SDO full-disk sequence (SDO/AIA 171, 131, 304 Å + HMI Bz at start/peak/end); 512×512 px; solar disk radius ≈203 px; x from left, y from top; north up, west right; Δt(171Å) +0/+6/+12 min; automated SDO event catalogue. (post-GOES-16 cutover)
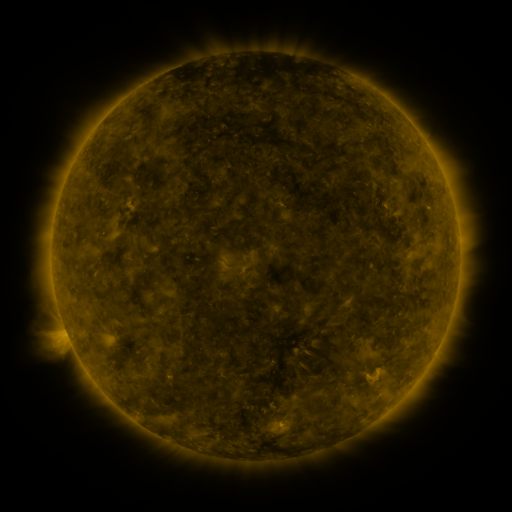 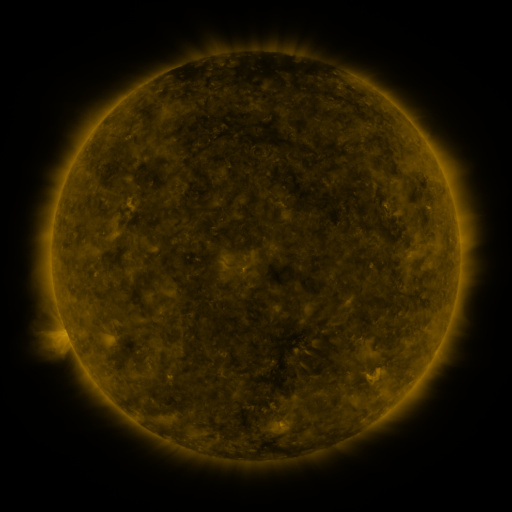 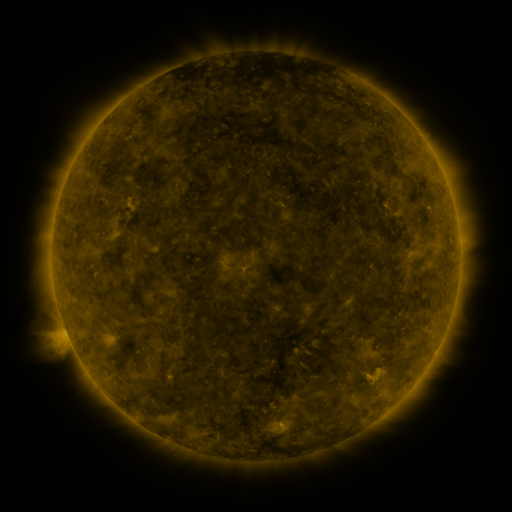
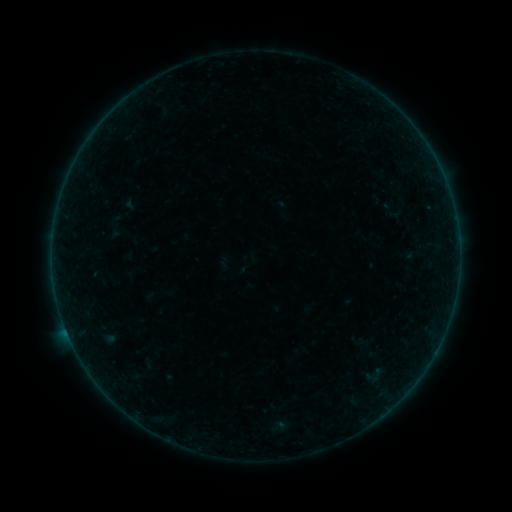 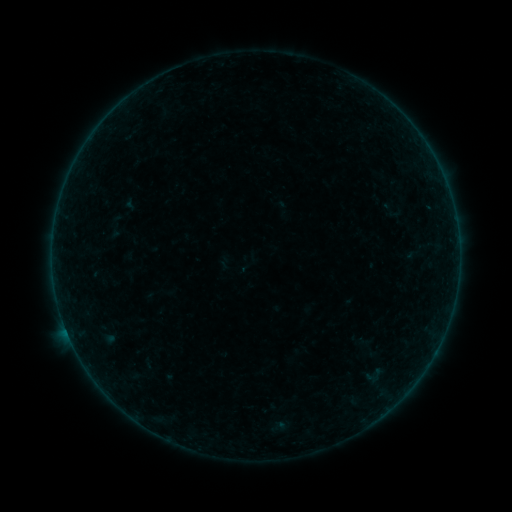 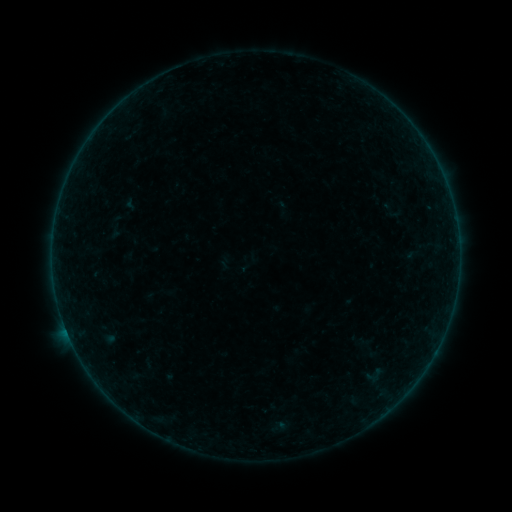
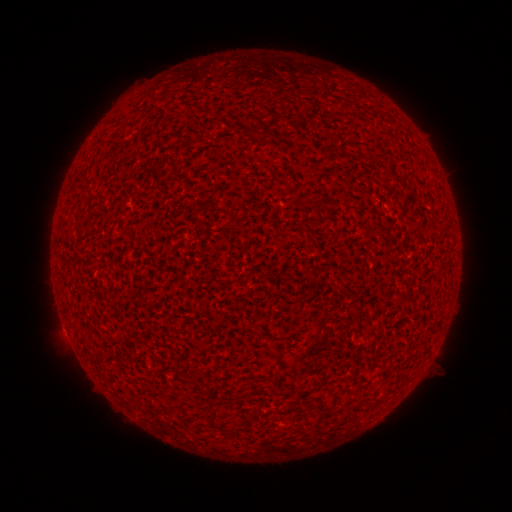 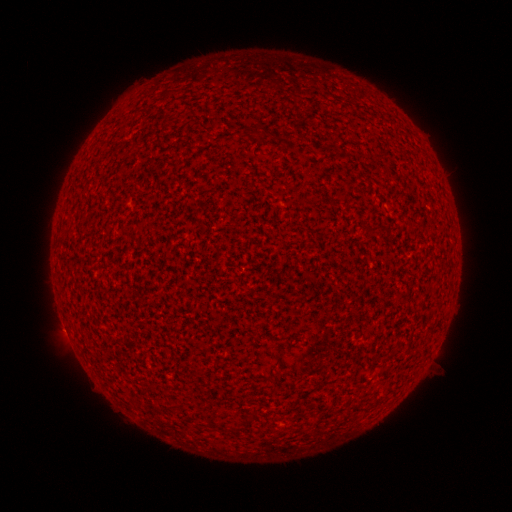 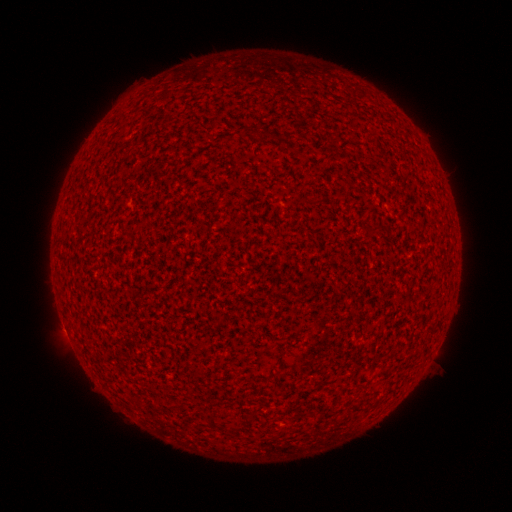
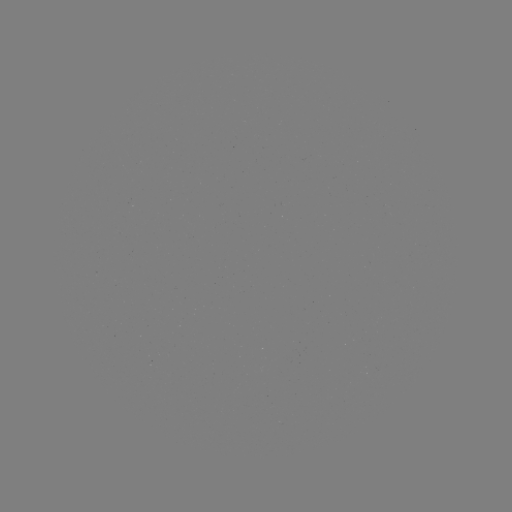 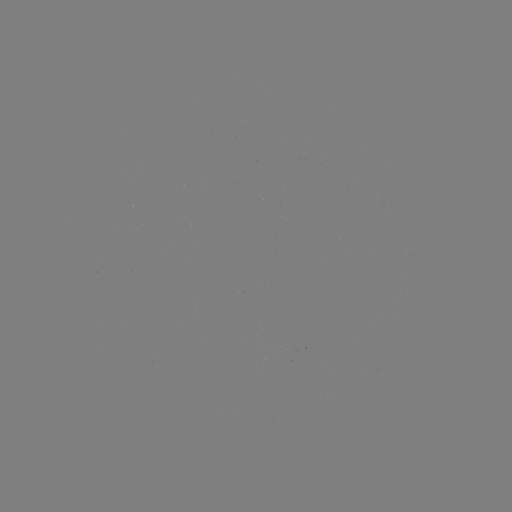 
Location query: A2.8 flare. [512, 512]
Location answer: [66, 329].